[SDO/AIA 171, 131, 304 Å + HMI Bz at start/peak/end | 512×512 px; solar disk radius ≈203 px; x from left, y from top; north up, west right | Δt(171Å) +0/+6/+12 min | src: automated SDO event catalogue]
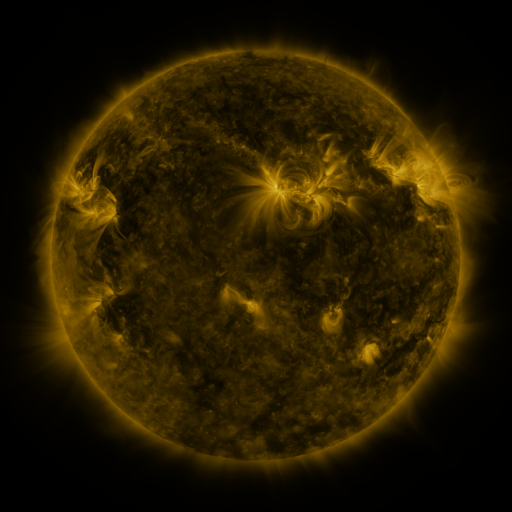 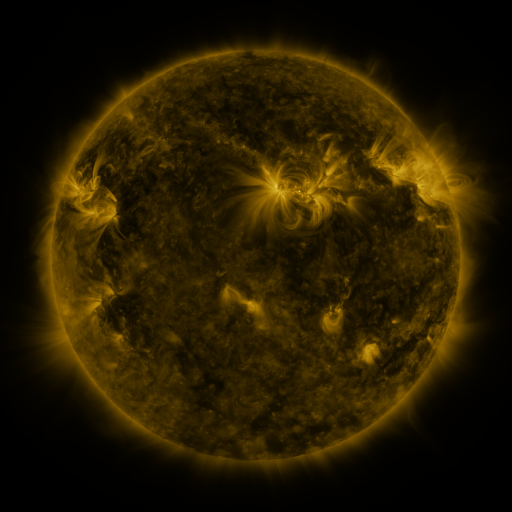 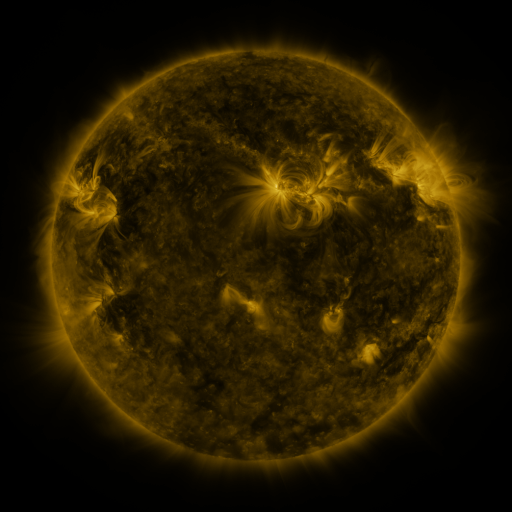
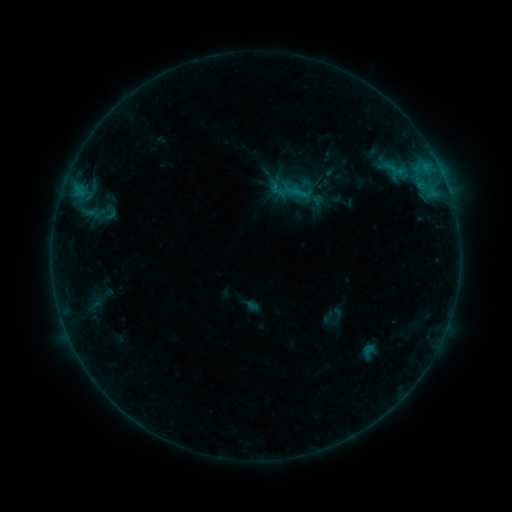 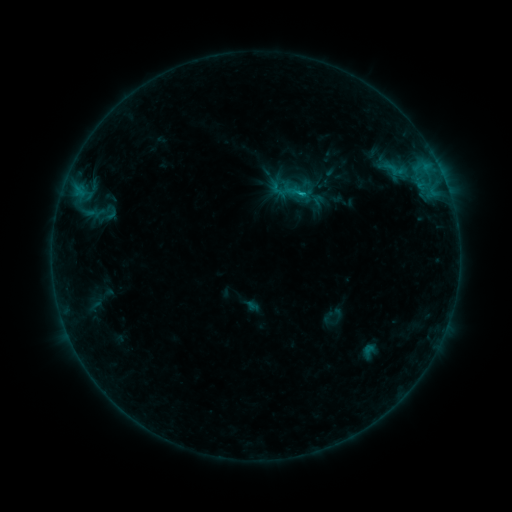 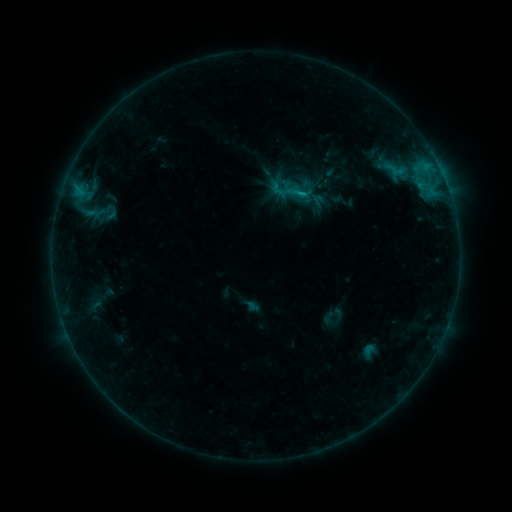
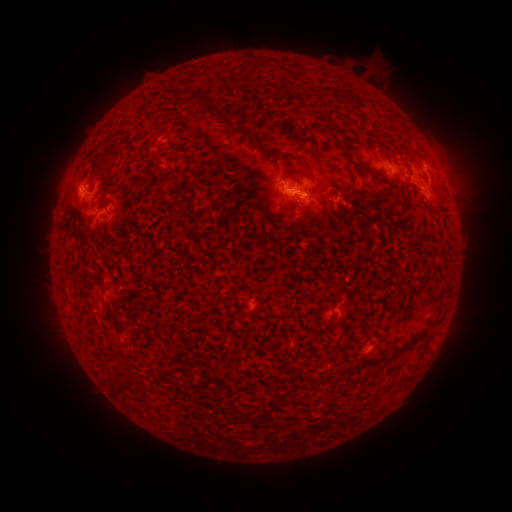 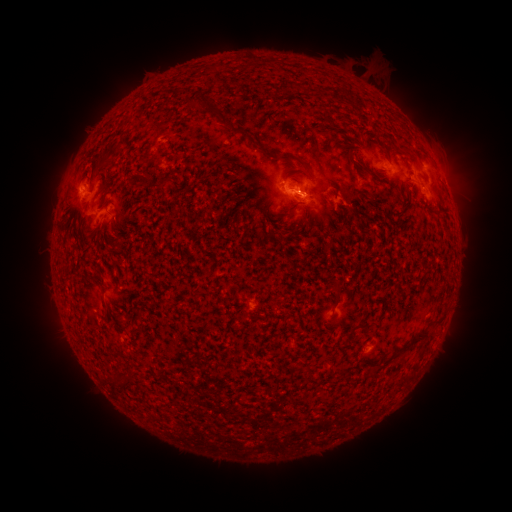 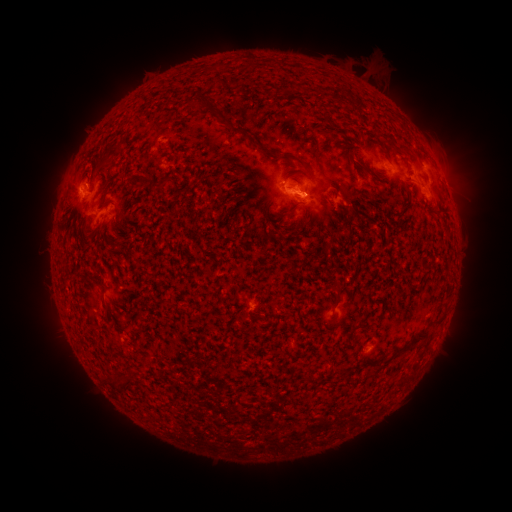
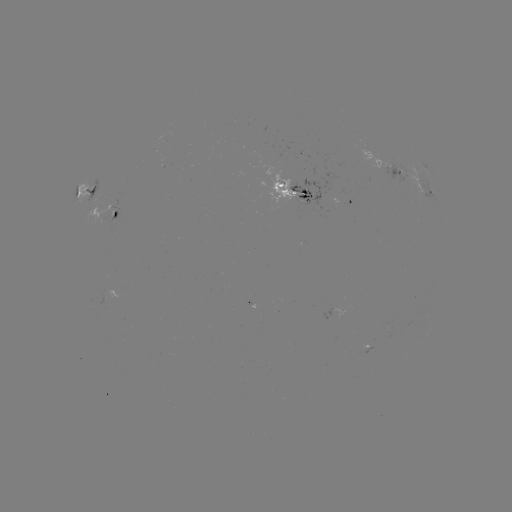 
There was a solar flare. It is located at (301, 198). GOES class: C1.7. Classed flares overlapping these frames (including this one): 1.